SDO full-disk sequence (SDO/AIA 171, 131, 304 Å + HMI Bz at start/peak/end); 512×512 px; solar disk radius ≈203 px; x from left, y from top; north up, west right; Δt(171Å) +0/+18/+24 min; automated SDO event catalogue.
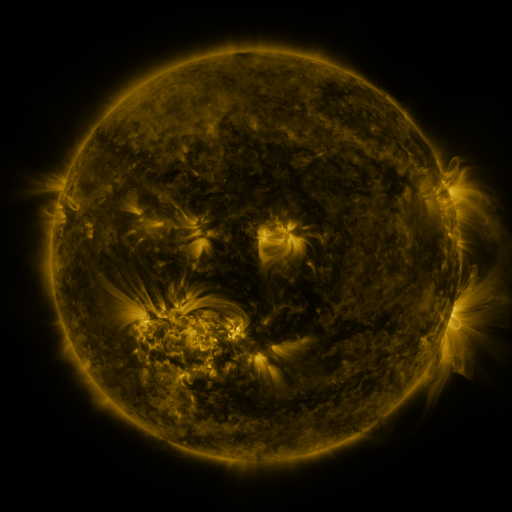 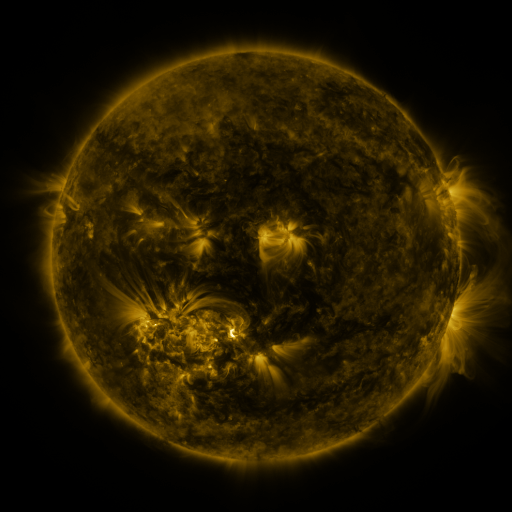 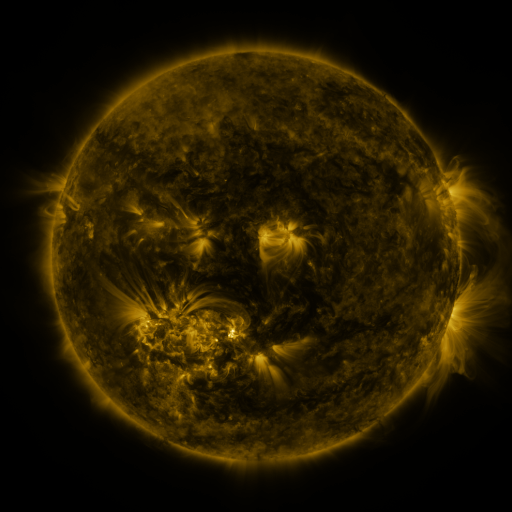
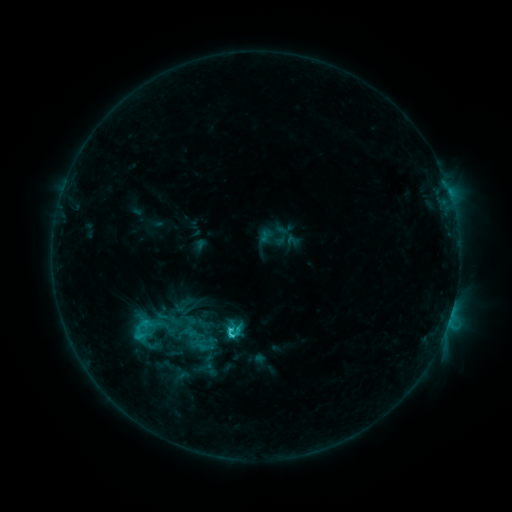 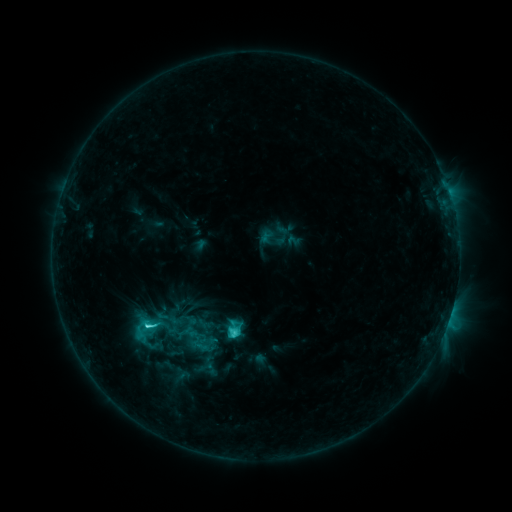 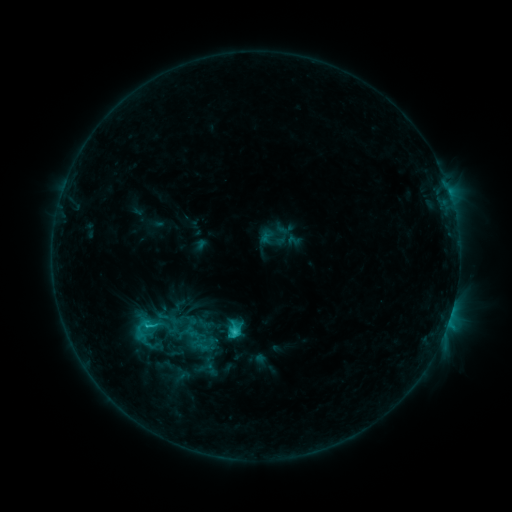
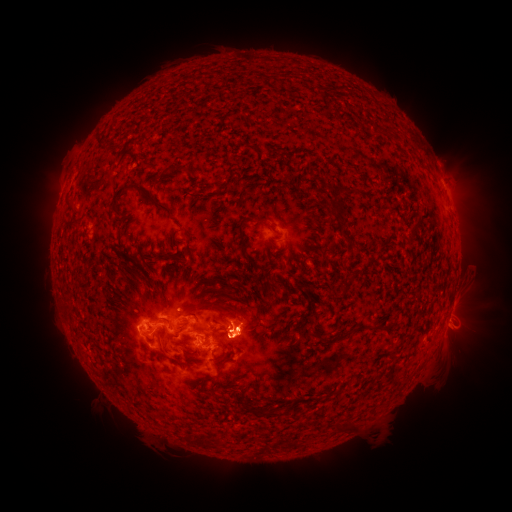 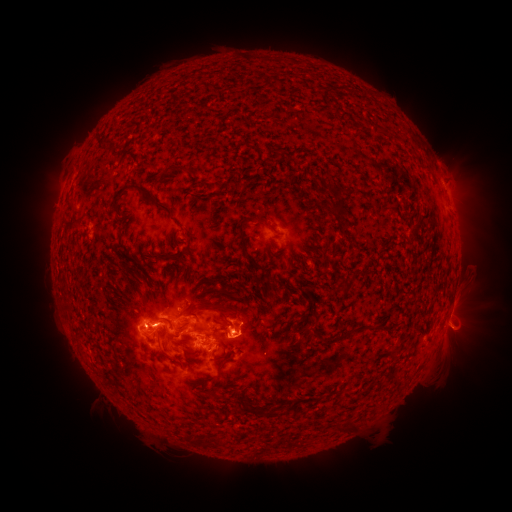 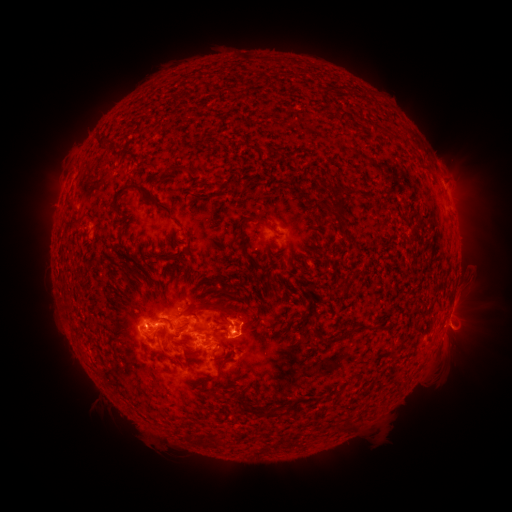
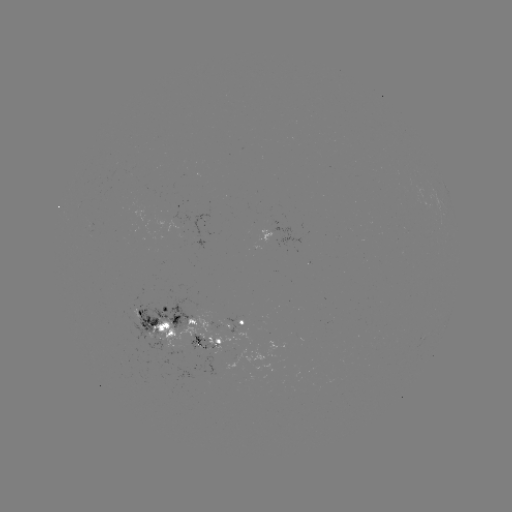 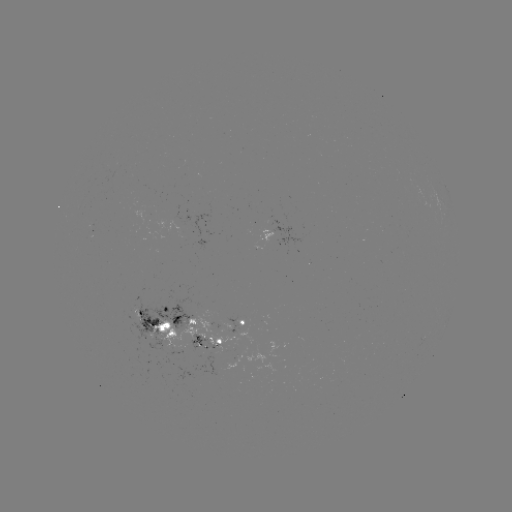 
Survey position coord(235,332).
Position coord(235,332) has C4.5 flare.